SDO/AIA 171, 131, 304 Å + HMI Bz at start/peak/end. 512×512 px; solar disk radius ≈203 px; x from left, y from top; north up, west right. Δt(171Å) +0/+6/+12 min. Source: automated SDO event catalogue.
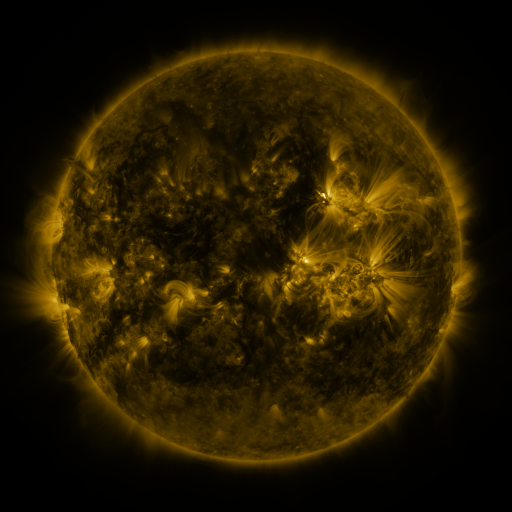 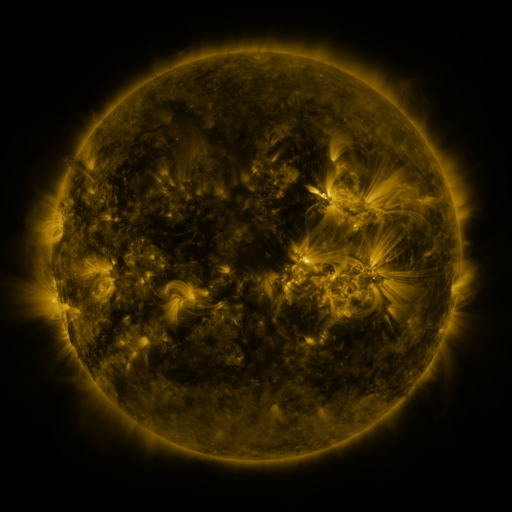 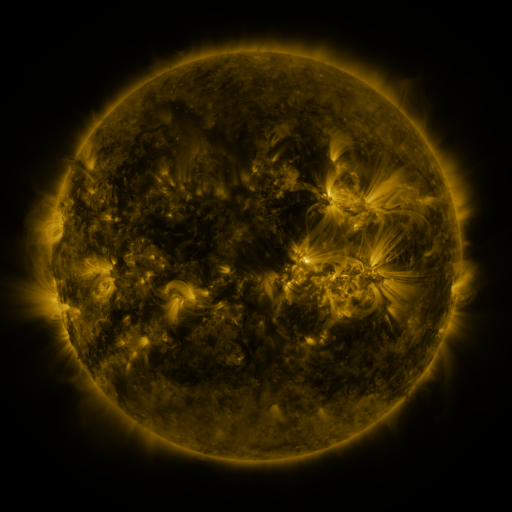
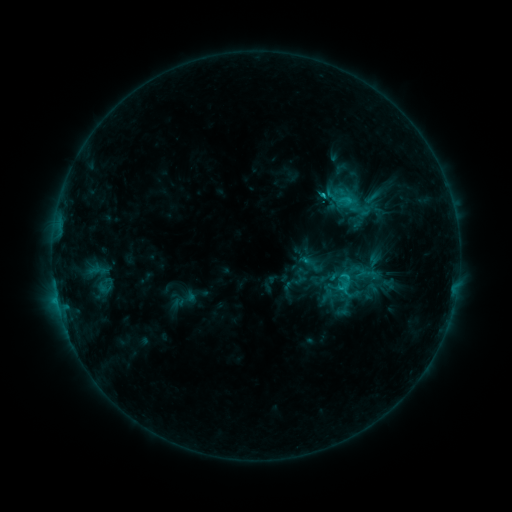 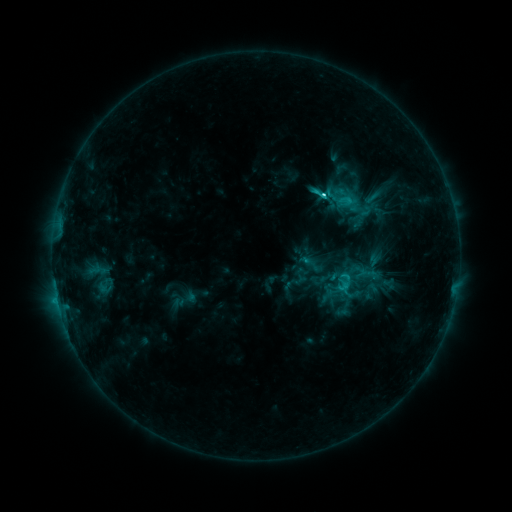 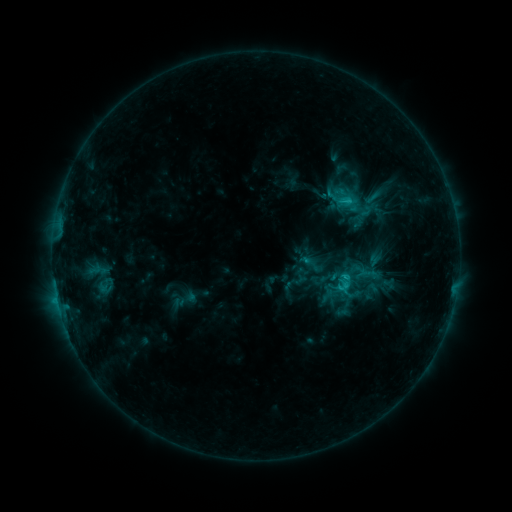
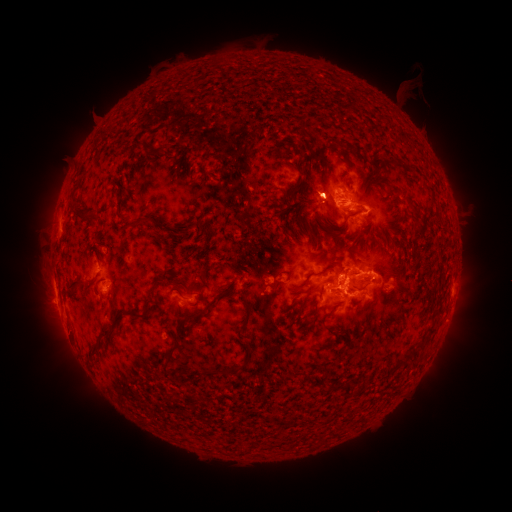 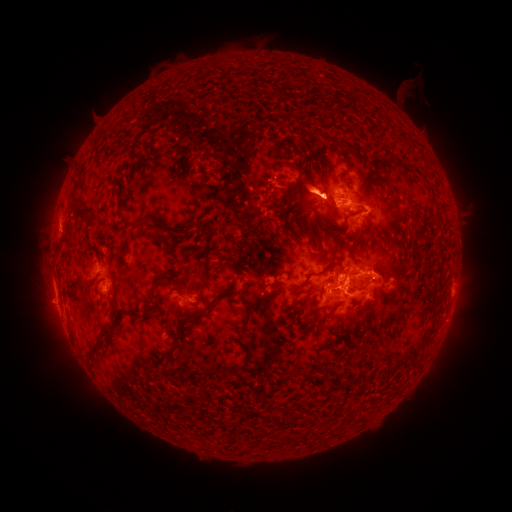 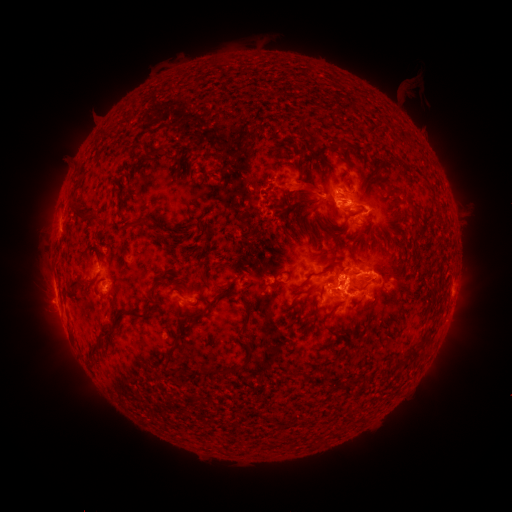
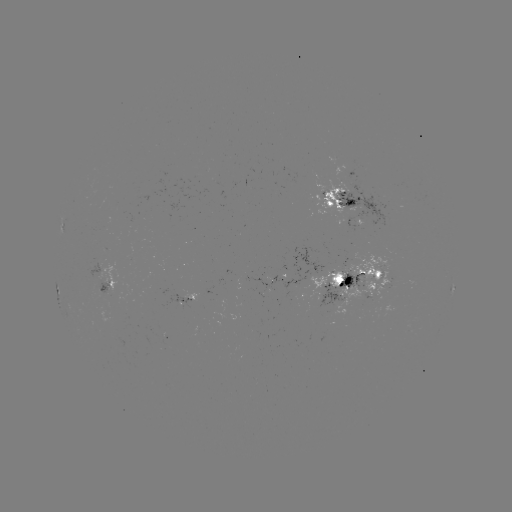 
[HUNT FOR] C4.4 flare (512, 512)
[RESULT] [321, 196]